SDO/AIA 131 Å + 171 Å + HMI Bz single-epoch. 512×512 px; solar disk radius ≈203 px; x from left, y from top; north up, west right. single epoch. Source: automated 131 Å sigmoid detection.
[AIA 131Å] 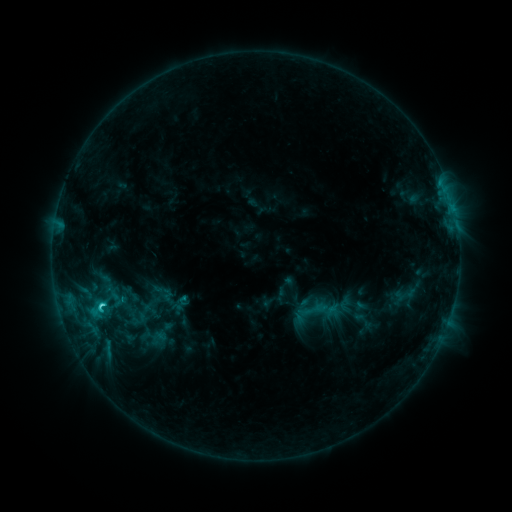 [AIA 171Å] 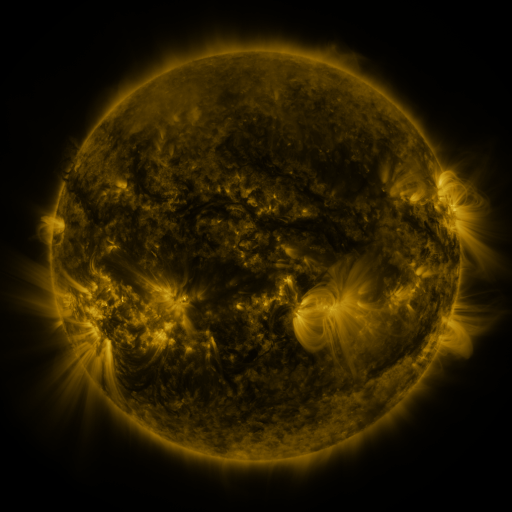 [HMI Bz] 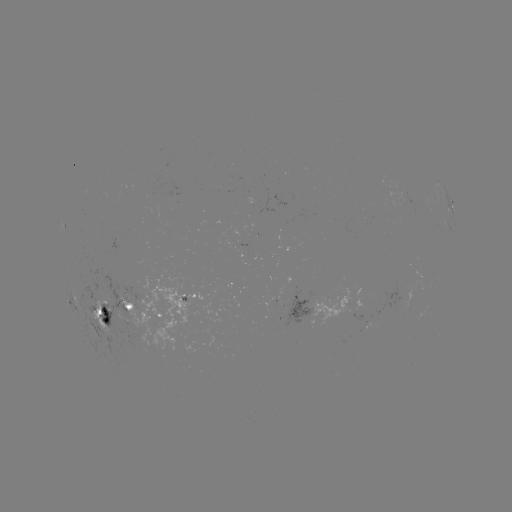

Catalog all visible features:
sigmoid: [297, 294, 329, 326]
